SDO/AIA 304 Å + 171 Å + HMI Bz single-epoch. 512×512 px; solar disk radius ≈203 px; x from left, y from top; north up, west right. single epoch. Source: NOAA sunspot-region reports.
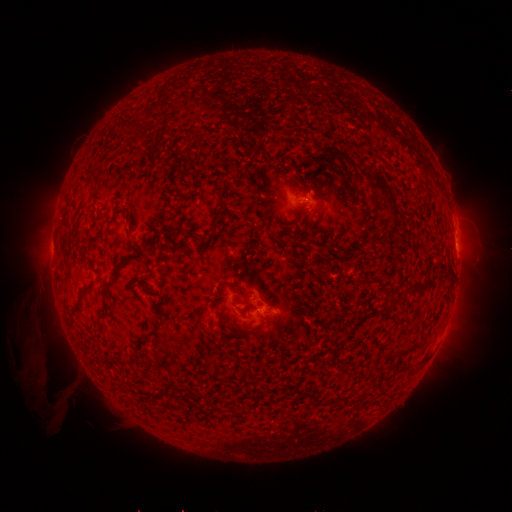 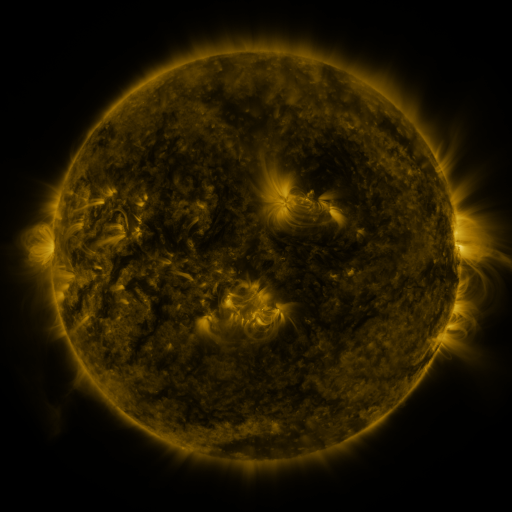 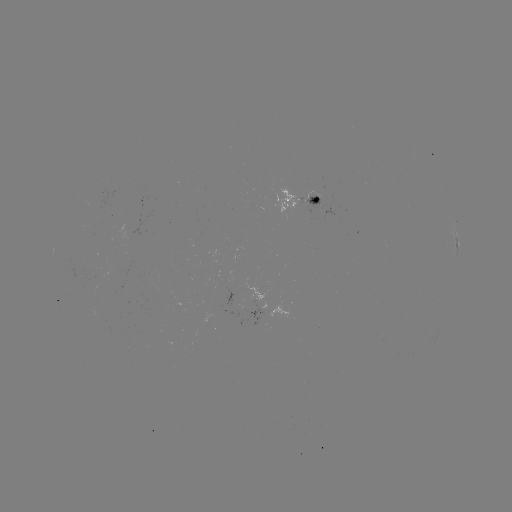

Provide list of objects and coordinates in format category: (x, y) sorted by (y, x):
spotted active region: (304, 200)
spotted active region: (457, 239)
